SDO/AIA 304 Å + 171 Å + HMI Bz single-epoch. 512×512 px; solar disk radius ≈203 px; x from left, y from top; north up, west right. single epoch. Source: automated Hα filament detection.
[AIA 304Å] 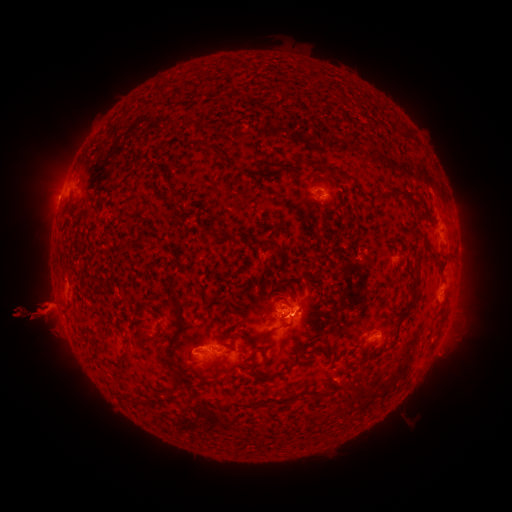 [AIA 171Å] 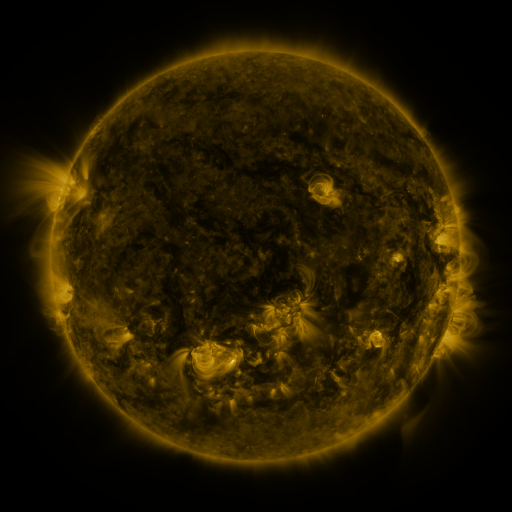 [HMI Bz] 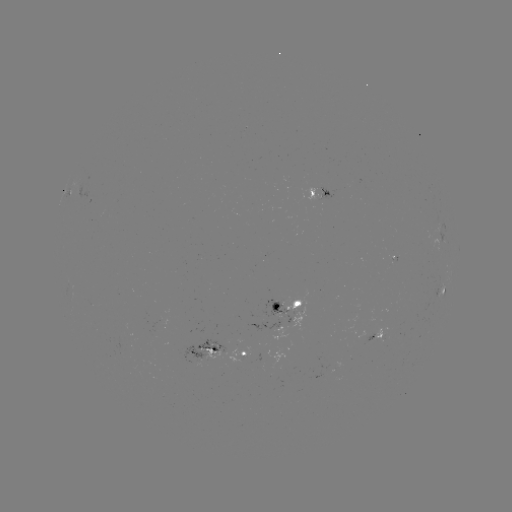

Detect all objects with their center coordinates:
filament: (162, 91)
filament: (213, 149)
filament: (315, 163)
filament: (338, 175)
filament: (394, 194)
filament: (231, 237)
filament: (416, 268)
filament: (171, 282)
filament: (179, 316)
filament: (257, 336)
filament: (146, 337)
filament: (362, 357)
filament: (264, 360)
filament: (185, 368)
filament: (257, 376)
filament: (175, 383)
filament: (354, 397)
